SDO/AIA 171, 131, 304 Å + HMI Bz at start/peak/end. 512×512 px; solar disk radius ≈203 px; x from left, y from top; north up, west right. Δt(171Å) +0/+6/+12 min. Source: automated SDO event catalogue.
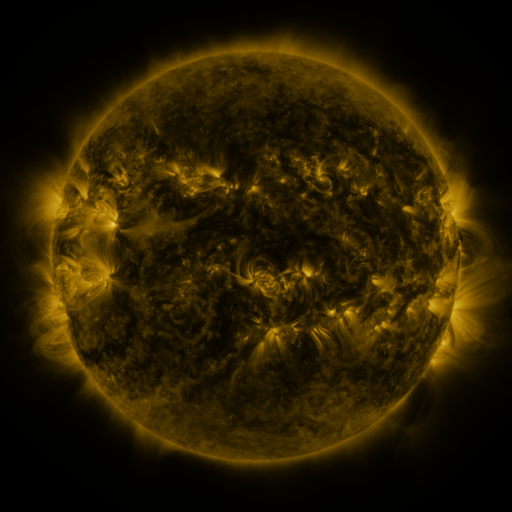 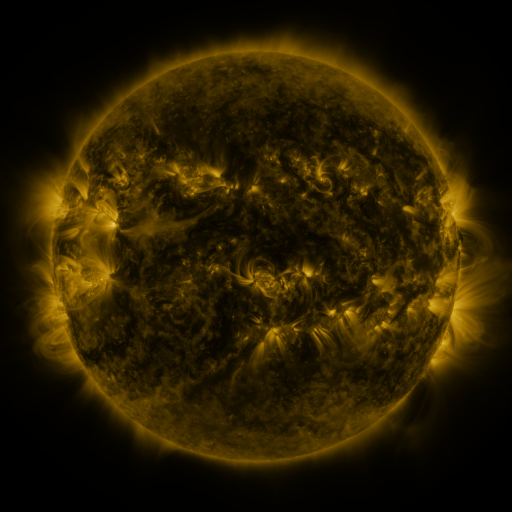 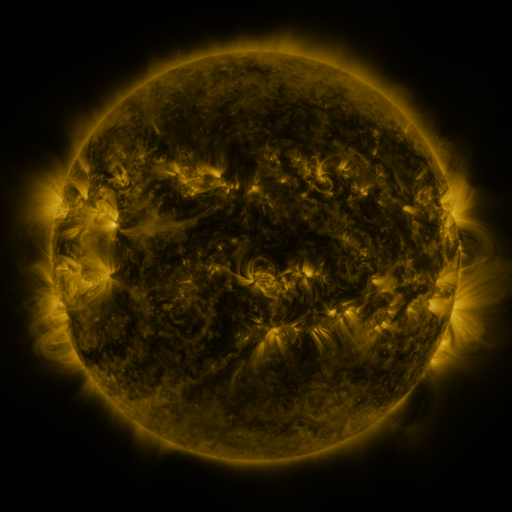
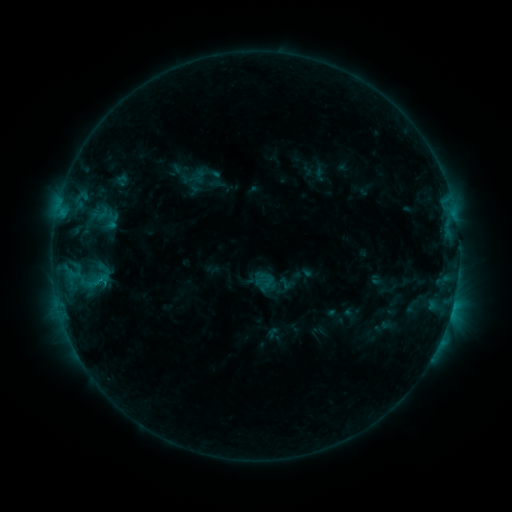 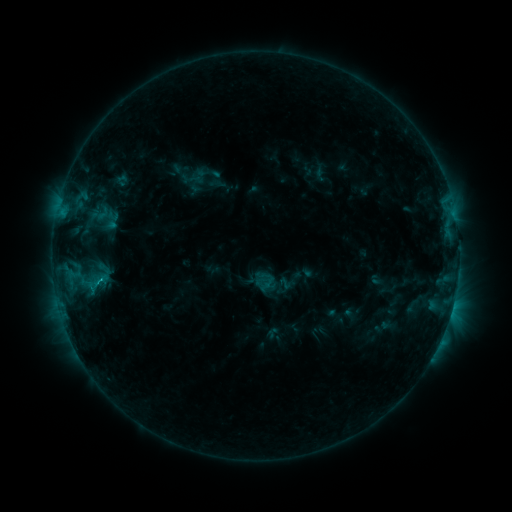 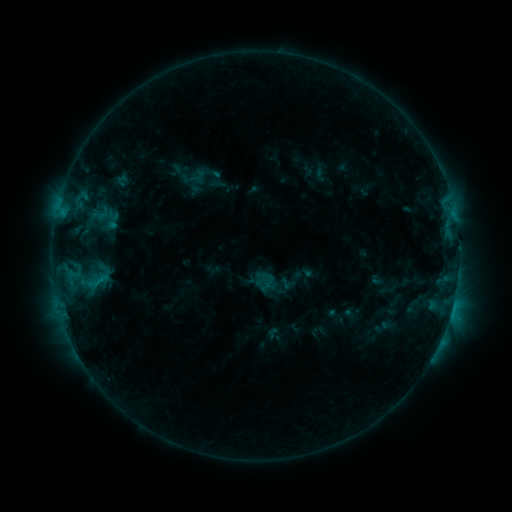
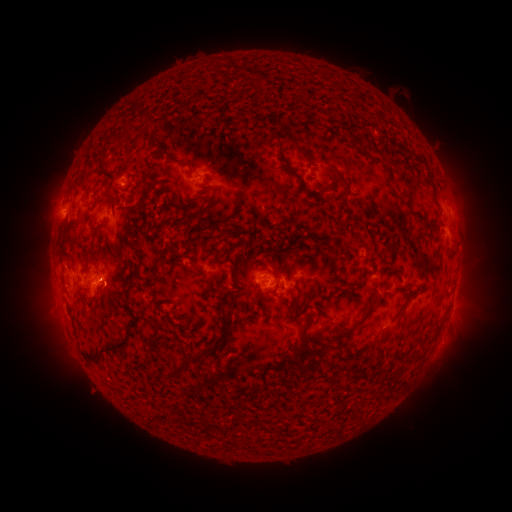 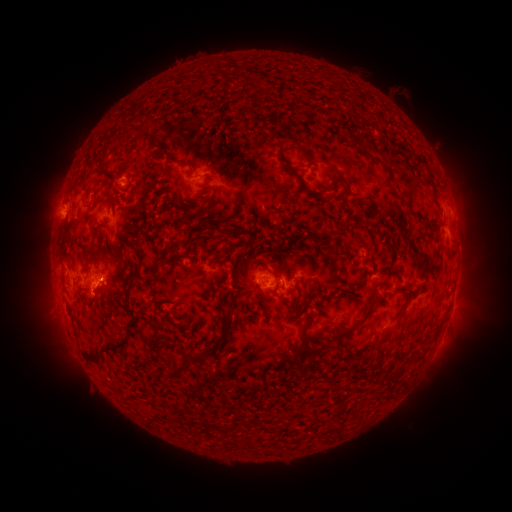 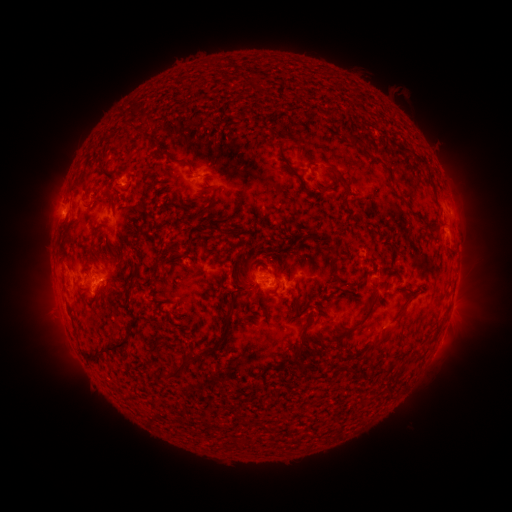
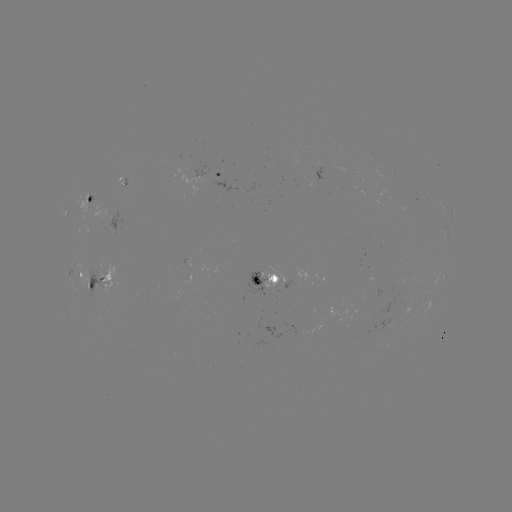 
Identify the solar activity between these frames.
C1.0 flare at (102, 276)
